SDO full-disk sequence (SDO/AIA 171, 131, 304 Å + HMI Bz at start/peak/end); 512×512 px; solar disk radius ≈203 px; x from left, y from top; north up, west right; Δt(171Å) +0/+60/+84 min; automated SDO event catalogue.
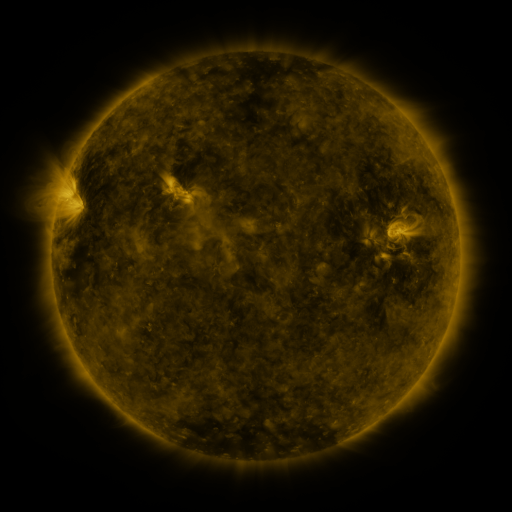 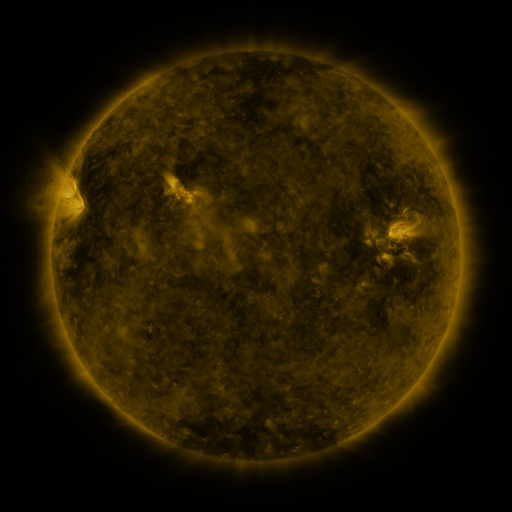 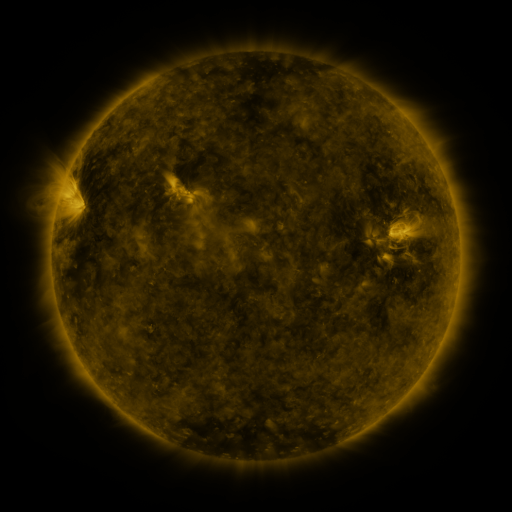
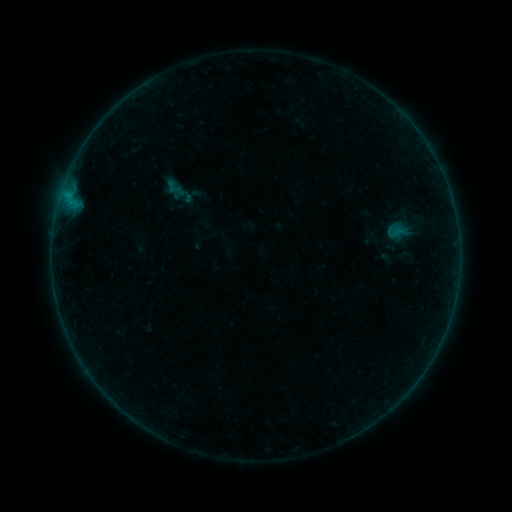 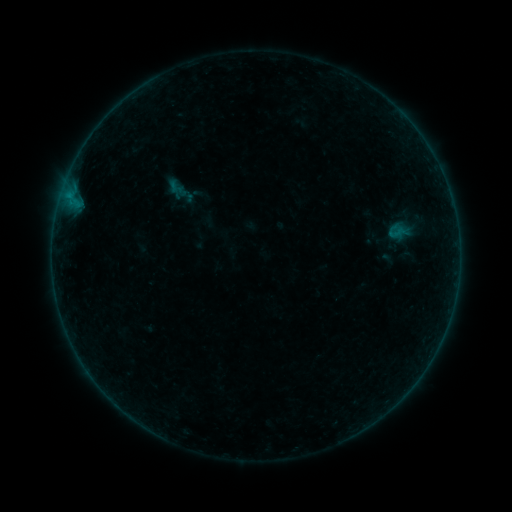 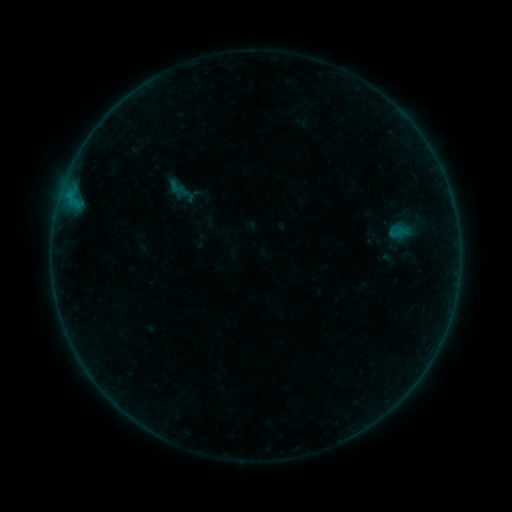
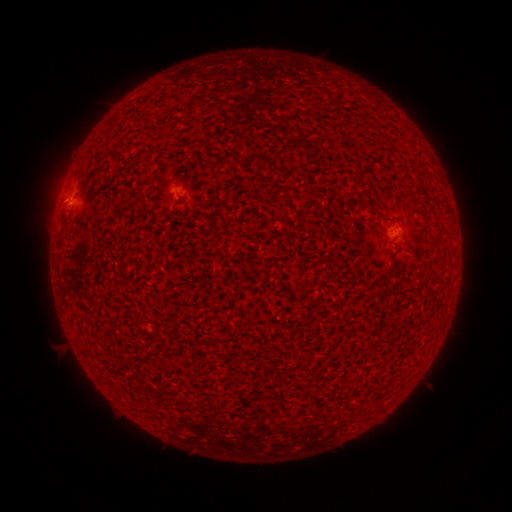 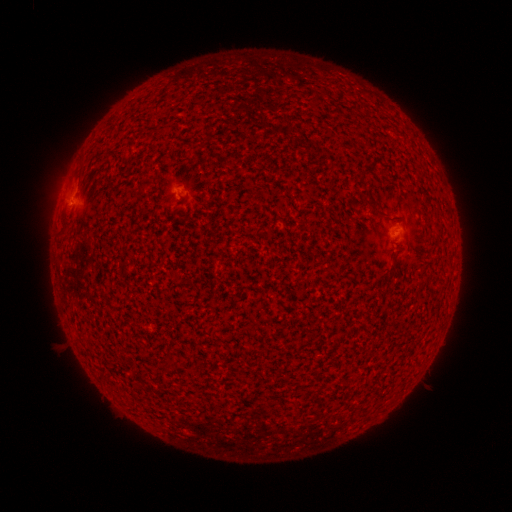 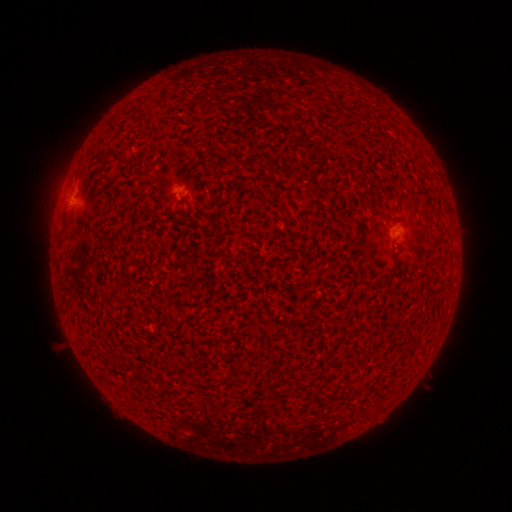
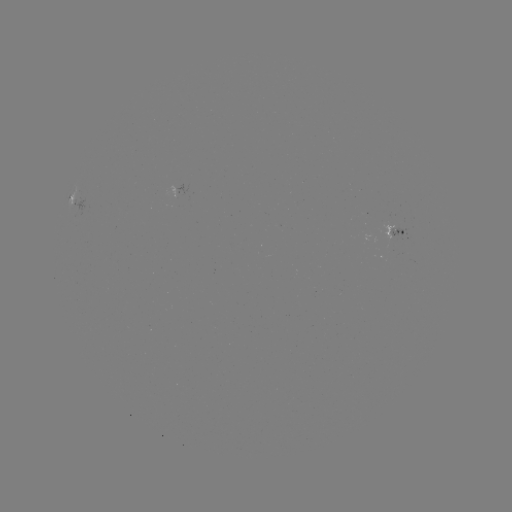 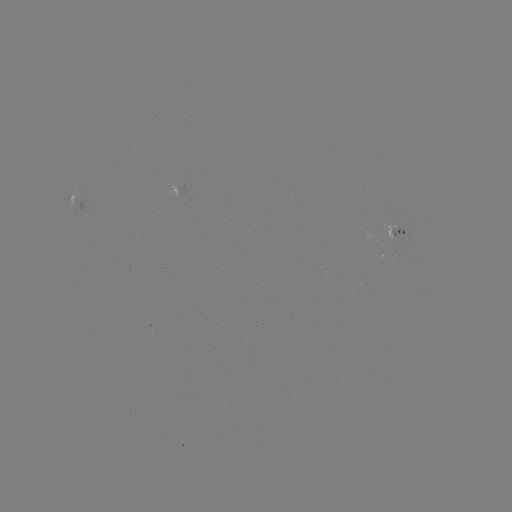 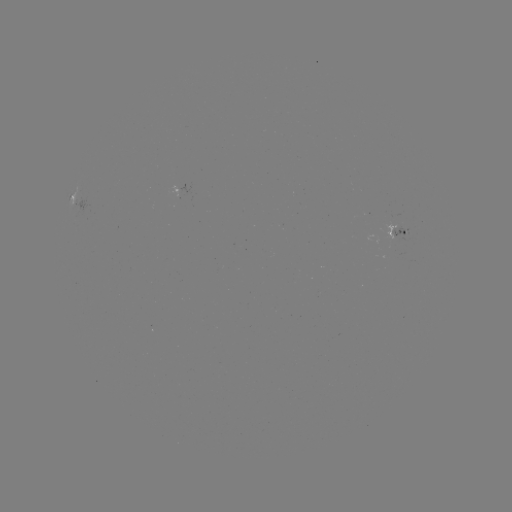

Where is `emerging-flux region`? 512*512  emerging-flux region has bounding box [390, 226, 406, 242].